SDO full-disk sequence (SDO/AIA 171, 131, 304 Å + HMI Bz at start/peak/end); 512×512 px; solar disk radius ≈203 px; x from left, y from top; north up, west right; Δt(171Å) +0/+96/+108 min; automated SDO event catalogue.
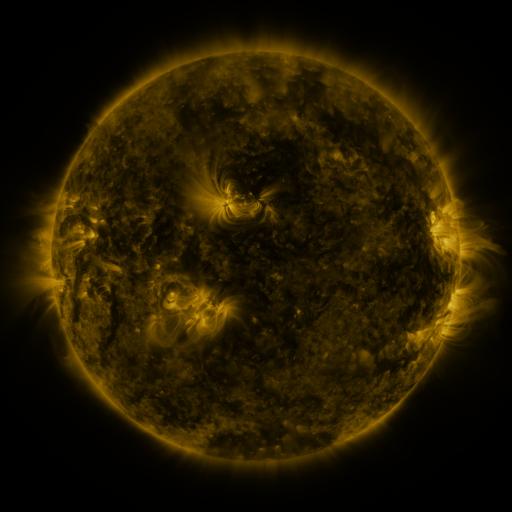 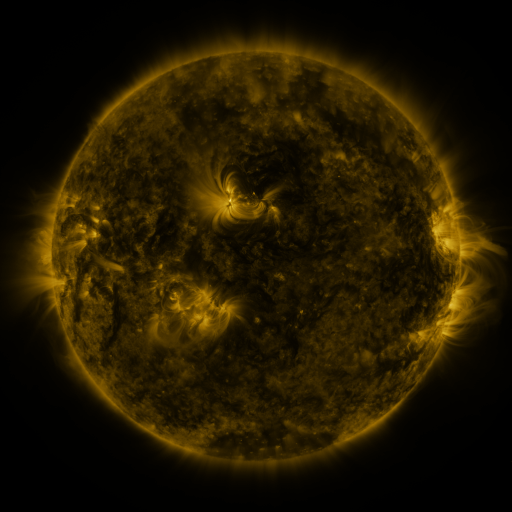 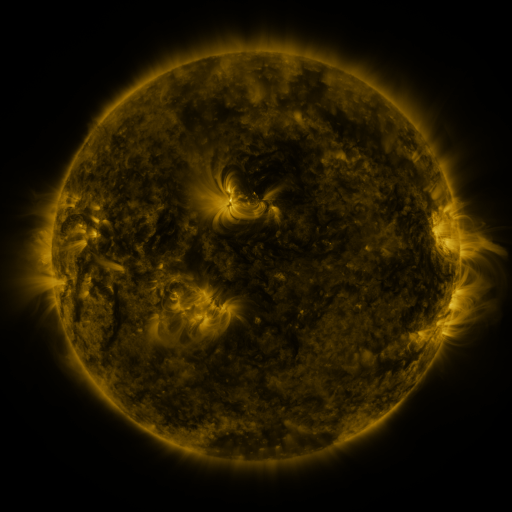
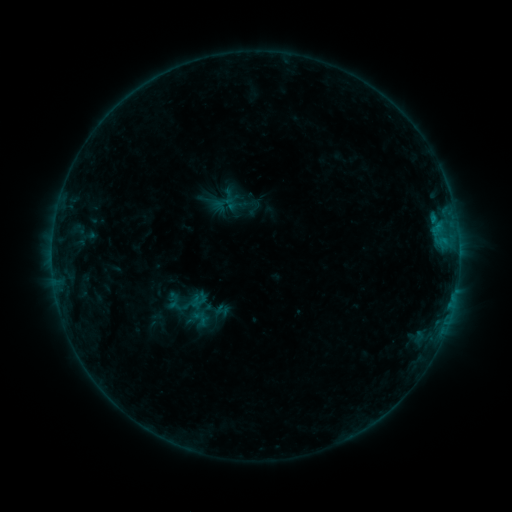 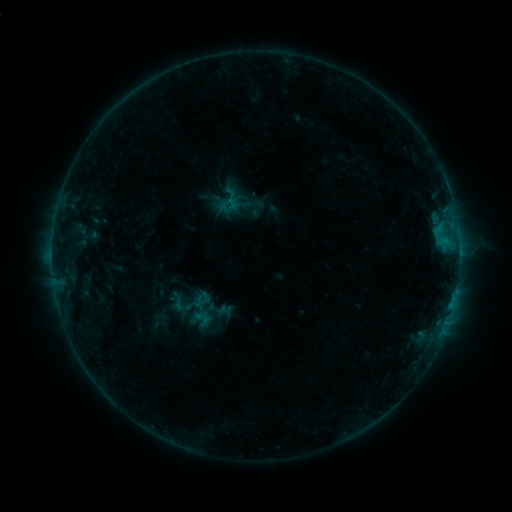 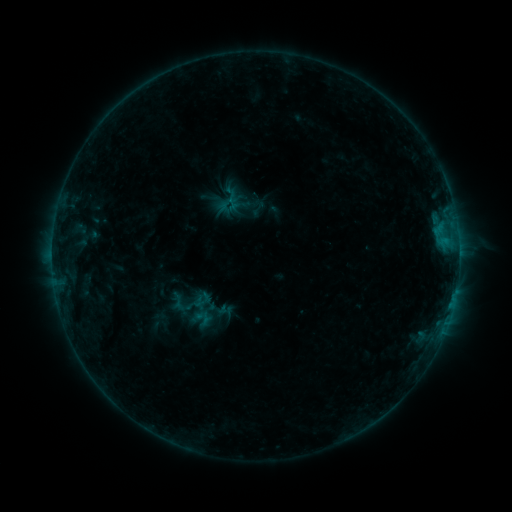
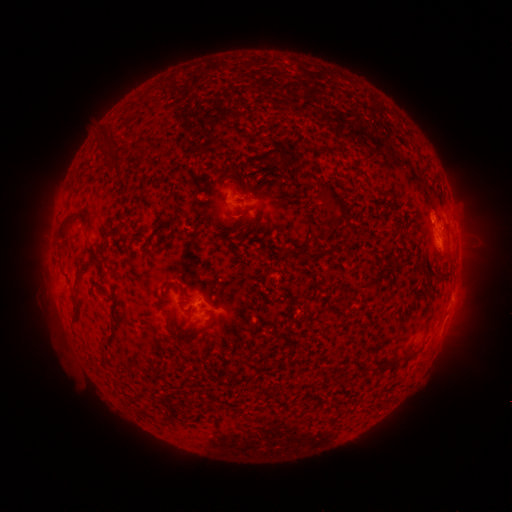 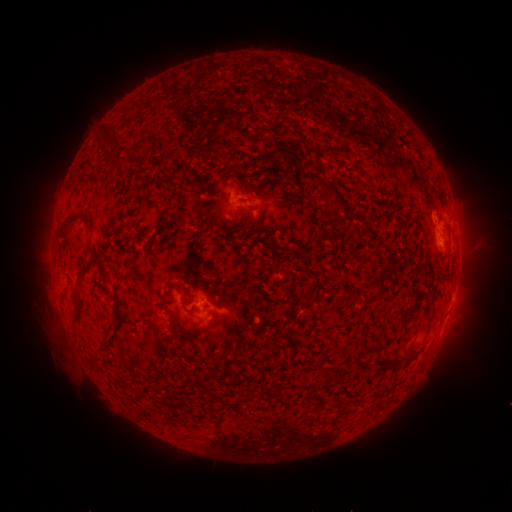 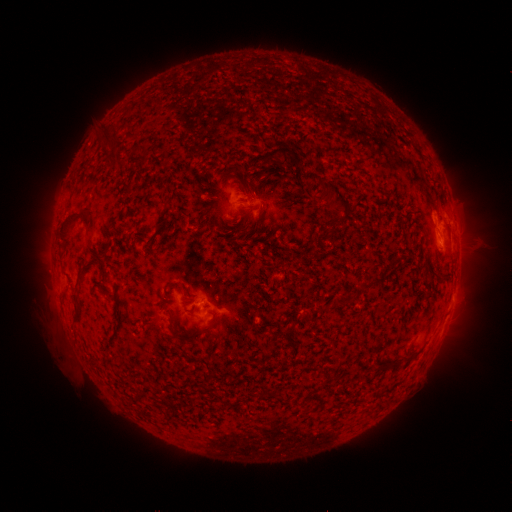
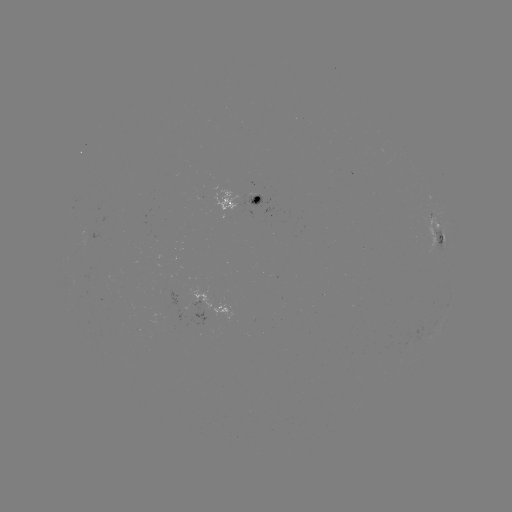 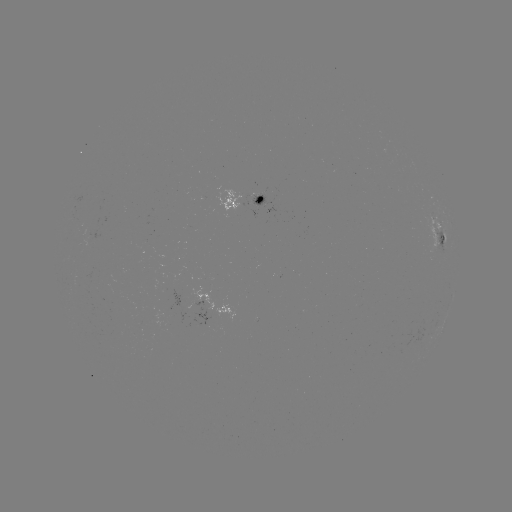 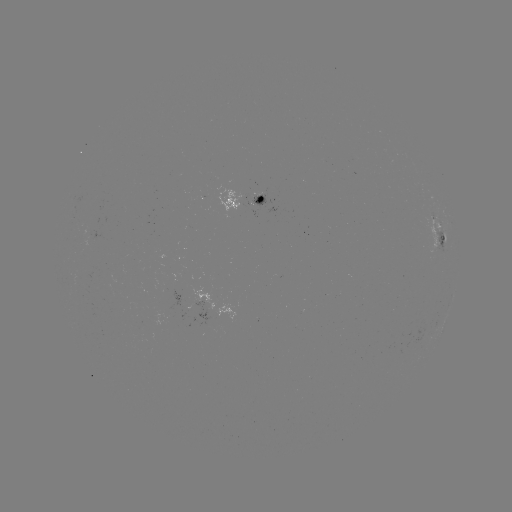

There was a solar emerging-flux region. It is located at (254, 203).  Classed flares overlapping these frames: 1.